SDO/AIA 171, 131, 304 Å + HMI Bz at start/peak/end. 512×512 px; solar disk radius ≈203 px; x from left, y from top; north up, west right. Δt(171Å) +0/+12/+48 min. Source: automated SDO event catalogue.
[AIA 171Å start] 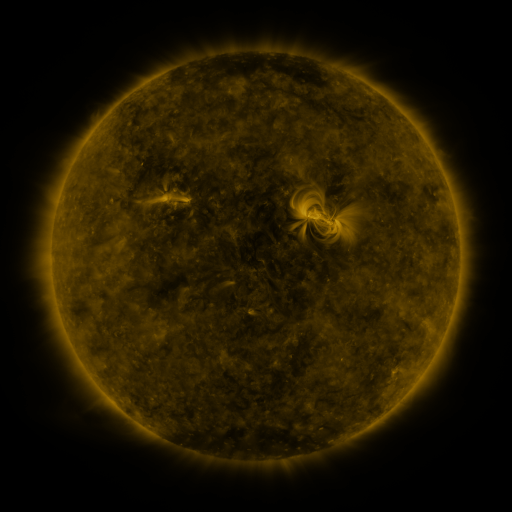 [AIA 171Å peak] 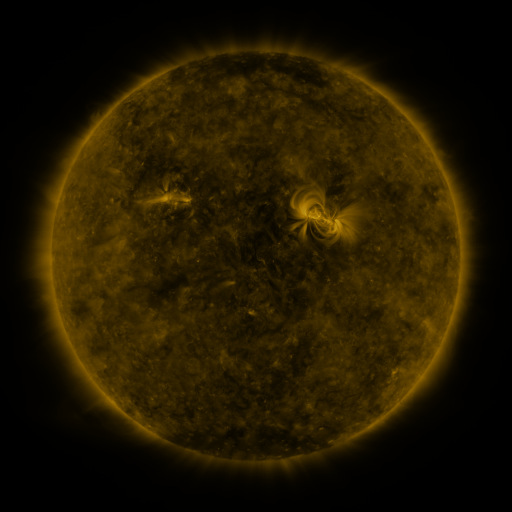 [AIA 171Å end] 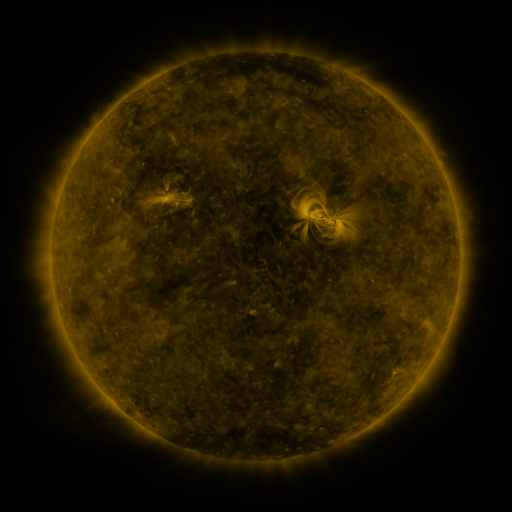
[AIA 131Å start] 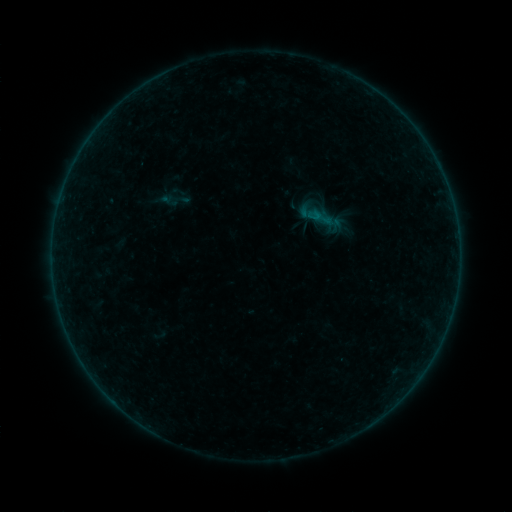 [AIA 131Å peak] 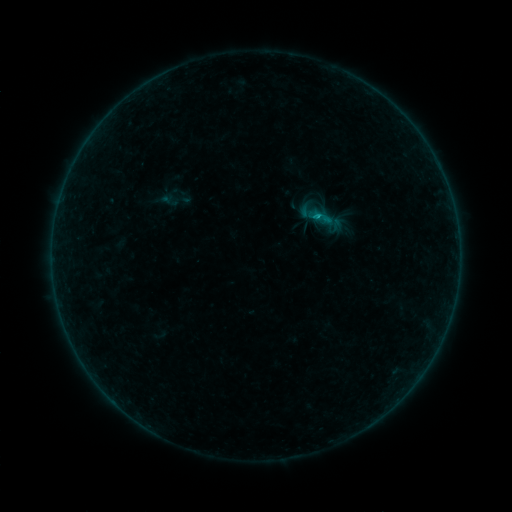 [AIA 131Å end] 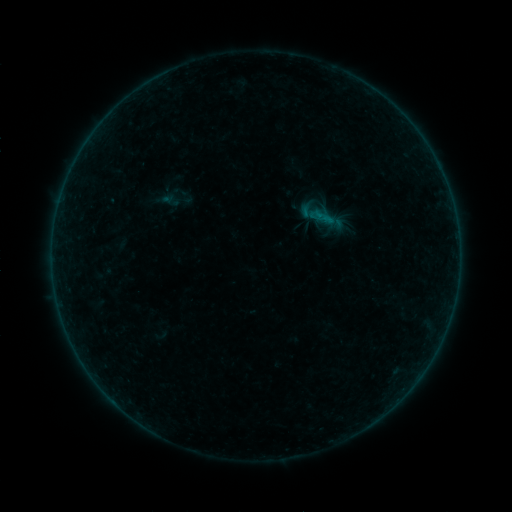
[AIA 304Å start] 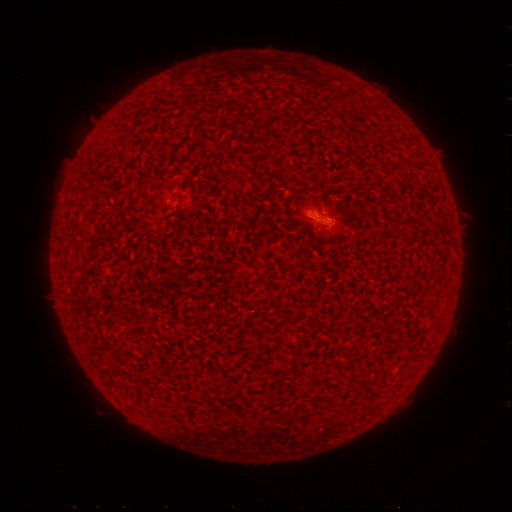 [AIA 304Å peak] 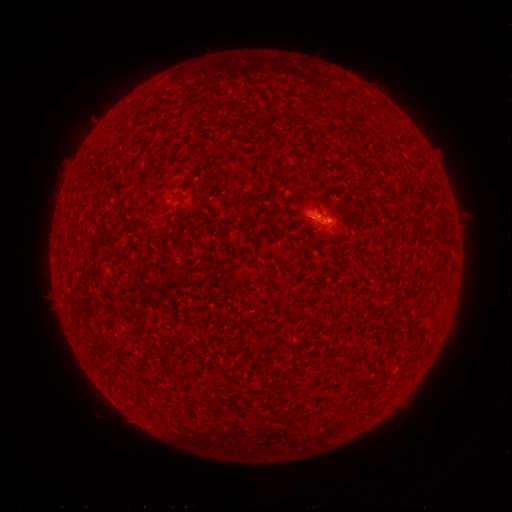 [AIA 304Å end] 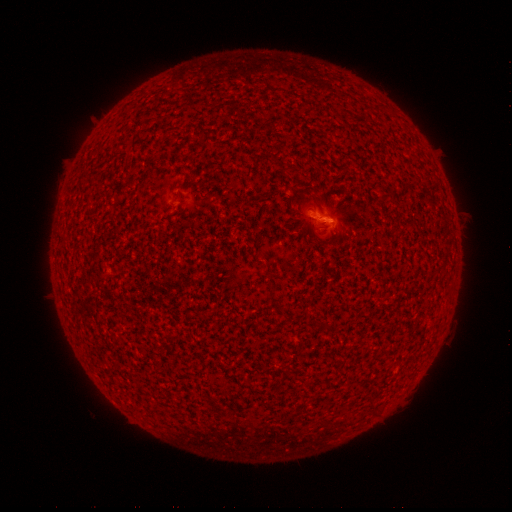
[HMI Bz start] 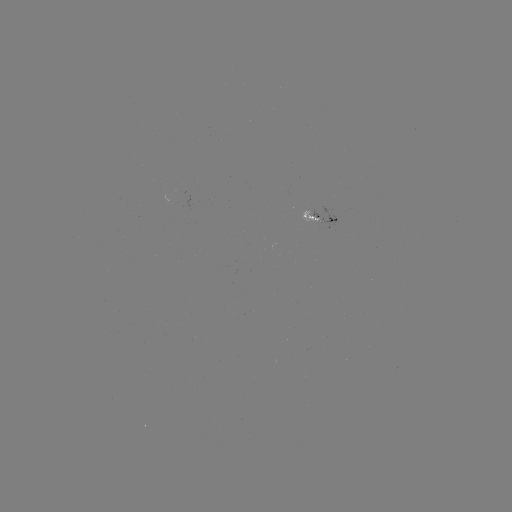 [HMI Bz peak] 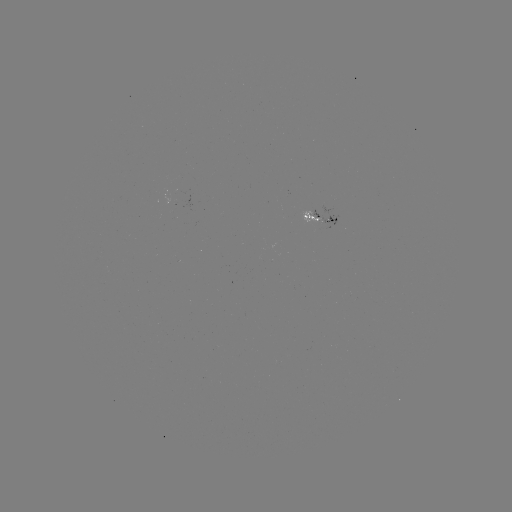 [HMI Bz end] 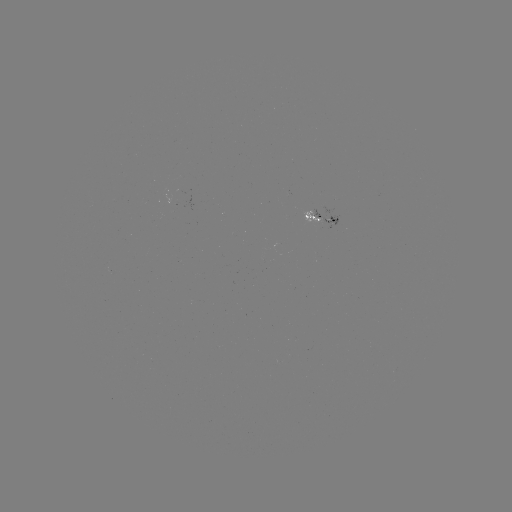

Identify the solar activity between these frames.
B4.6 flare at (315, 219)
